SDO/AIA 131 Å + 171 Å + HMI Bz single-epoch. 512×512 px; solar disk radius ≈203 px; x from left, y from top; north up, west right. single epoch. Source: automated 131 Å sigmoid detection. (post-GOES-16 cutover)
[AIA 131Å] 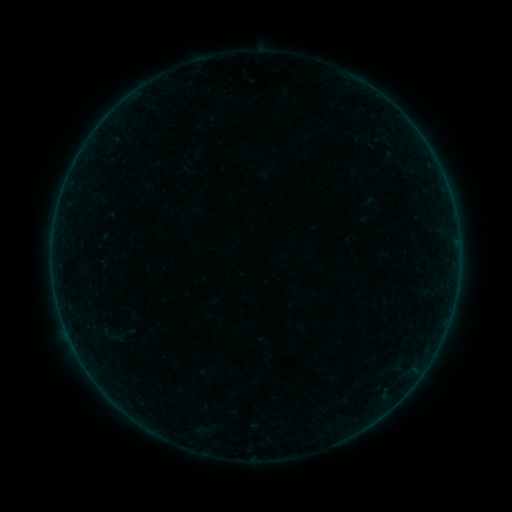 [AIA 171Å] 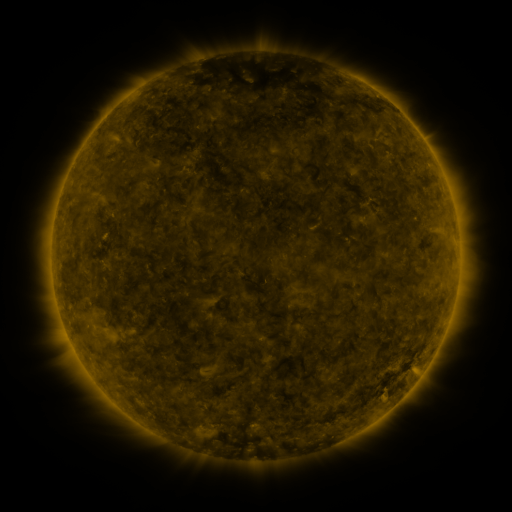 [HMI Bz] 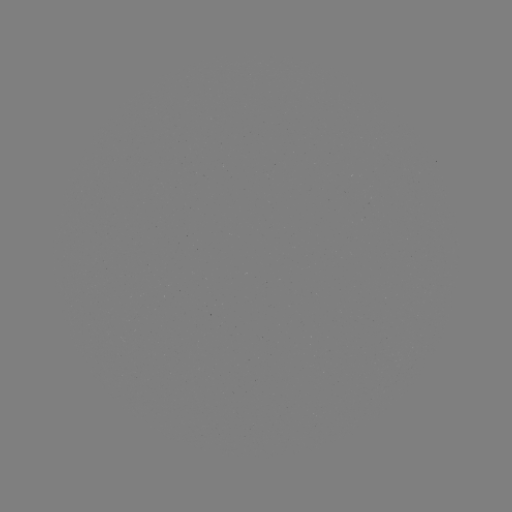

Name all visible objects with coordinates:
sigmoid: (123, 335)
